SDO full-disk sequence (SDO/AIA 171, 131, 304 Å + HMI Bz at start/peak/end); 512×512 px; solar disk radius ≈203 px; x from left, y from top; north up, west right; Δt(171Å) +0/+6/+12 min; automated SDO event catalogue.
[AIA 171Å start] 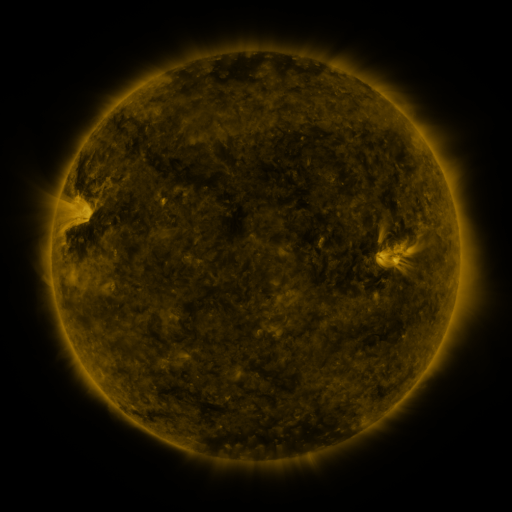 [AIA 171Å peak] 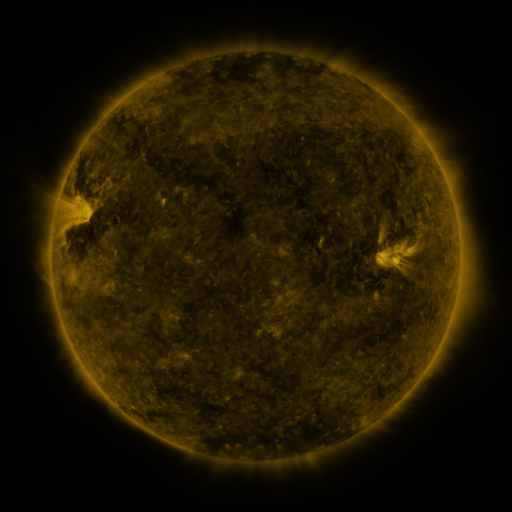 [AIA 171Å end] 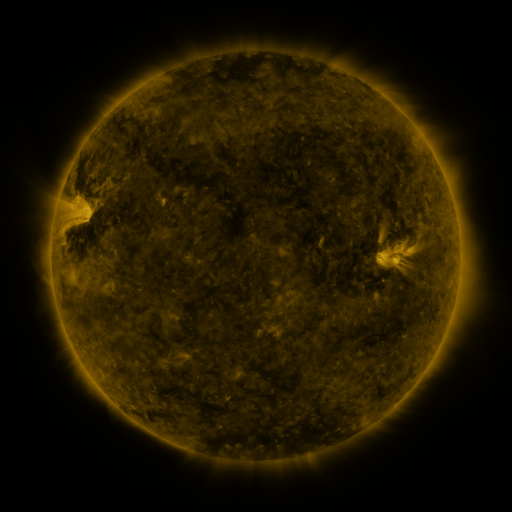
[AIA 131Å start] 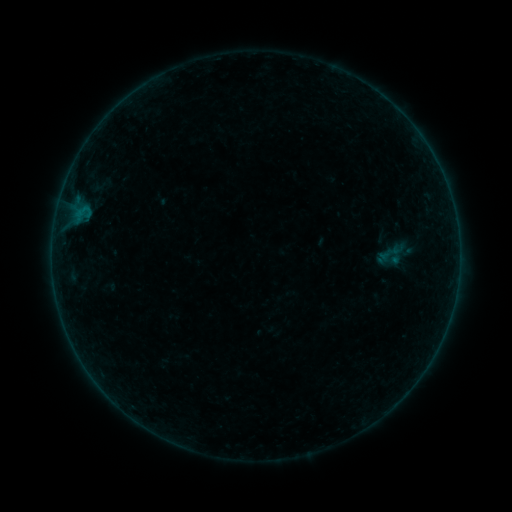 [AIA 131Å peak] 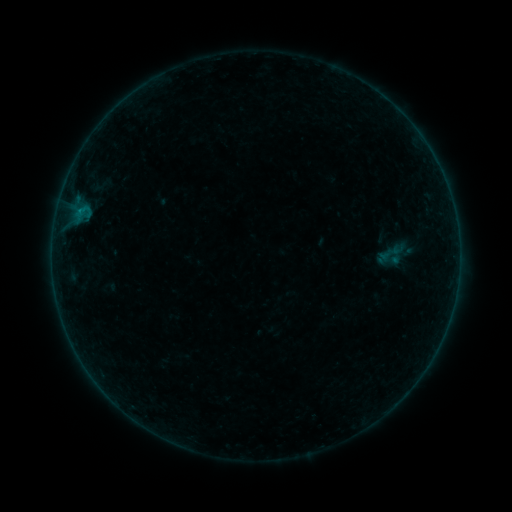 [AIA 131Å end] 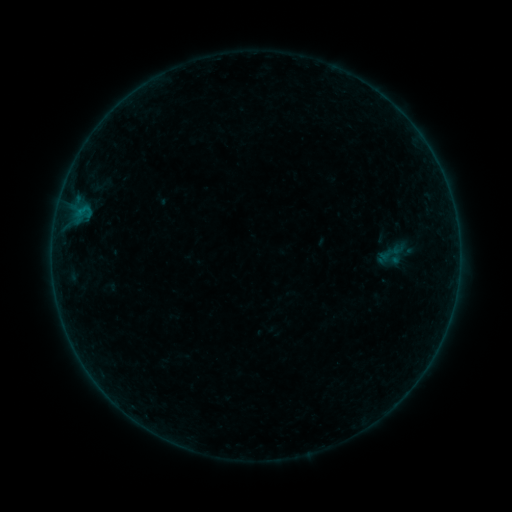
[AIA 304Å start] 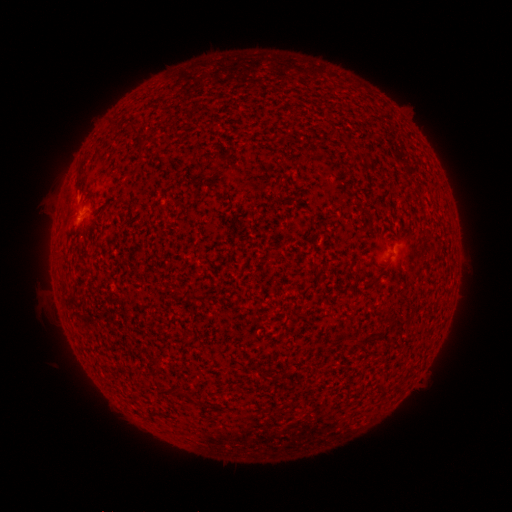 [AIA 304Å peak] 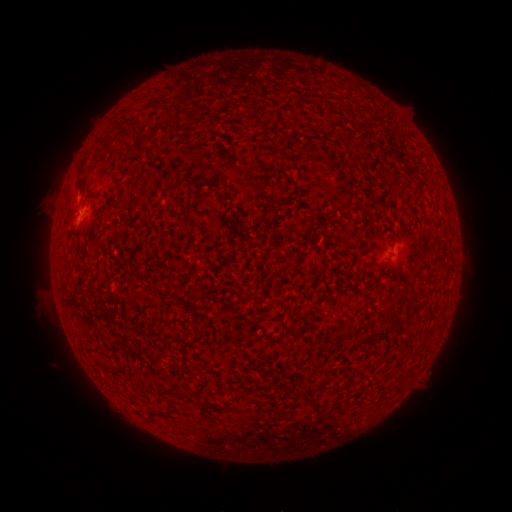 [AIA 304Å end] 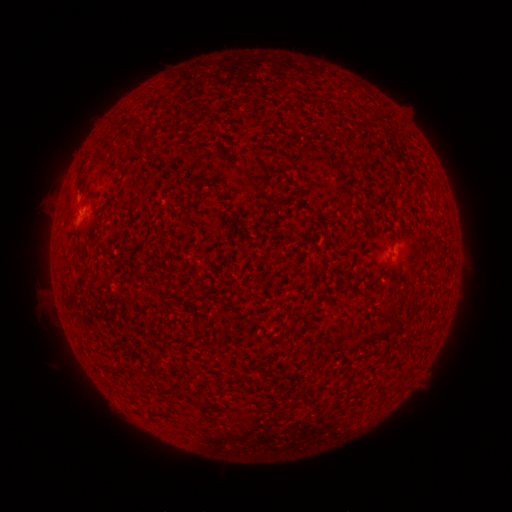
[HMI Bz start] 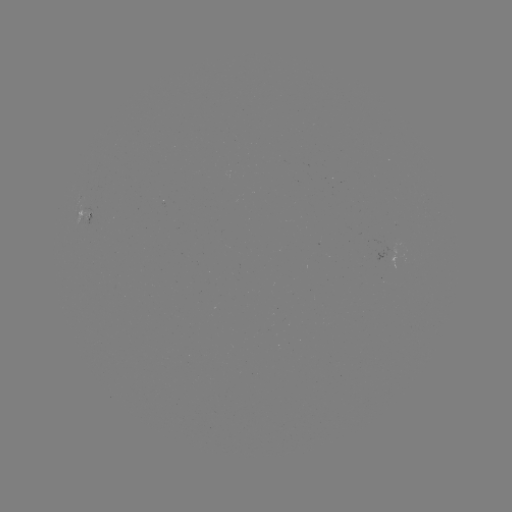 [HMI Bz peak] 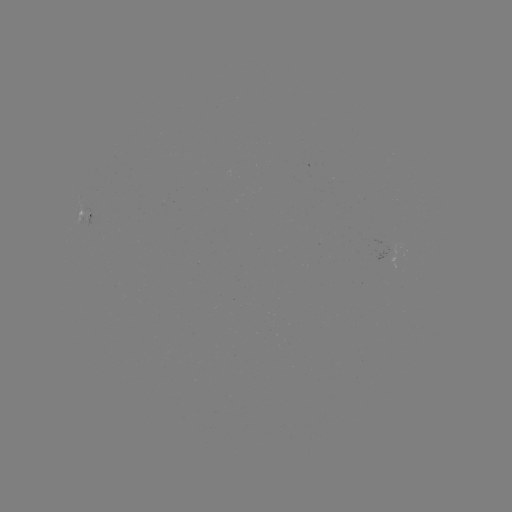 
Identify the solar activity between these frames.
B1.6 flare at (80, 210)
